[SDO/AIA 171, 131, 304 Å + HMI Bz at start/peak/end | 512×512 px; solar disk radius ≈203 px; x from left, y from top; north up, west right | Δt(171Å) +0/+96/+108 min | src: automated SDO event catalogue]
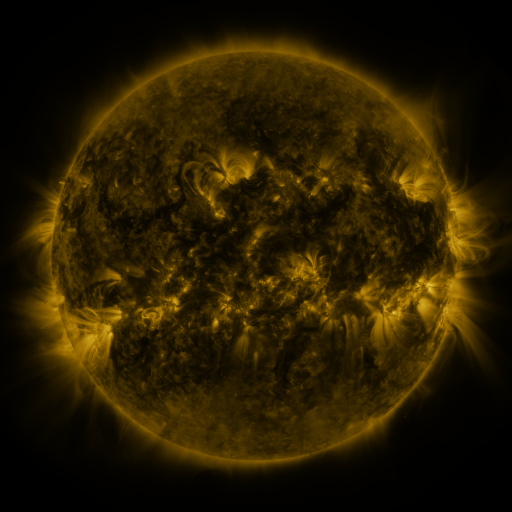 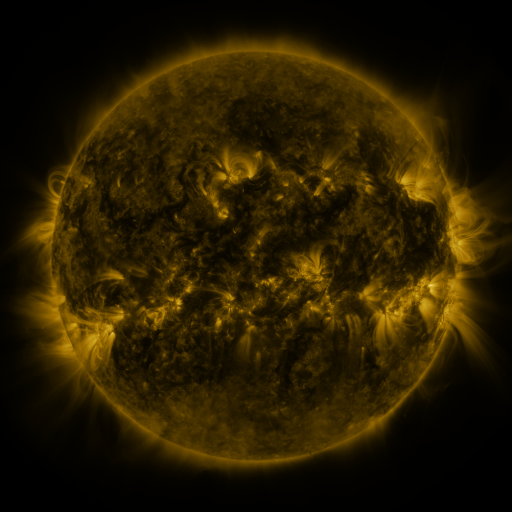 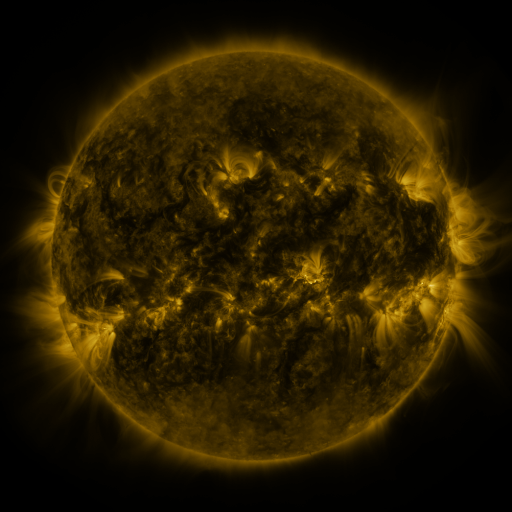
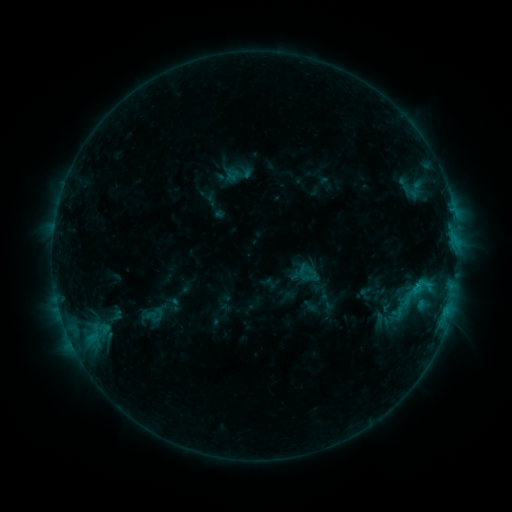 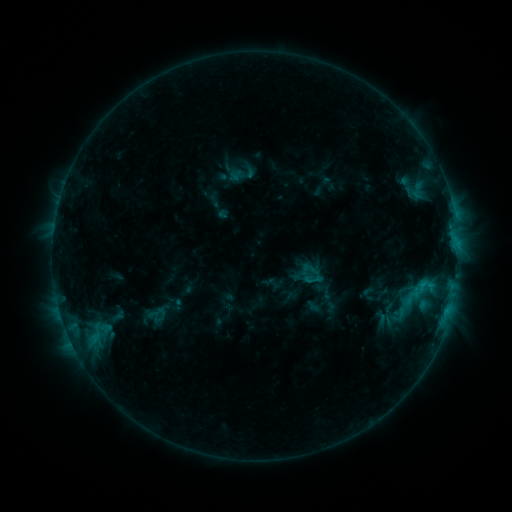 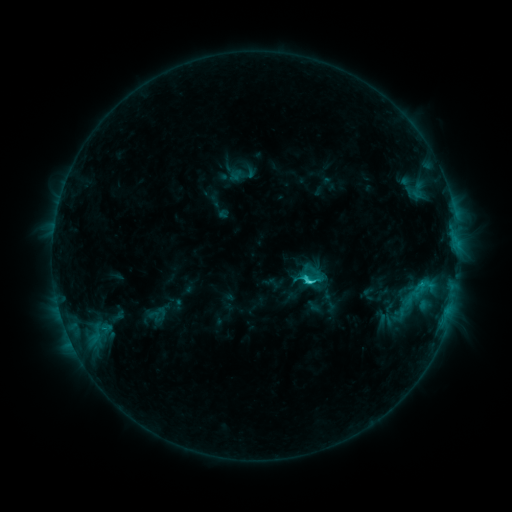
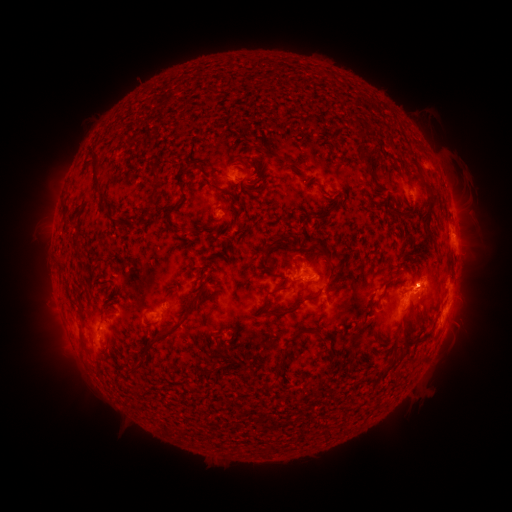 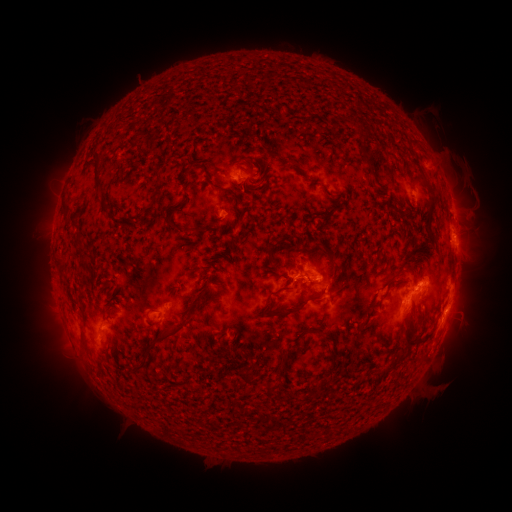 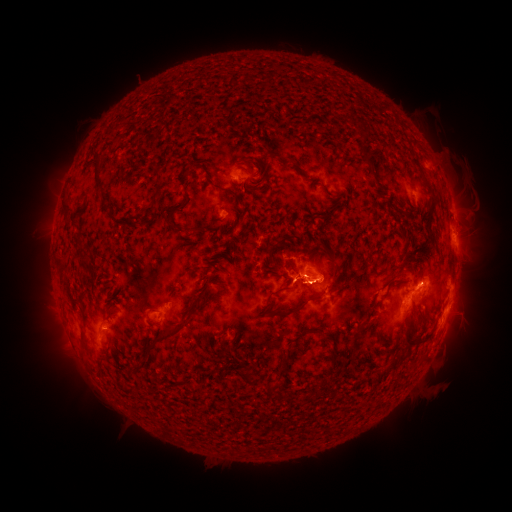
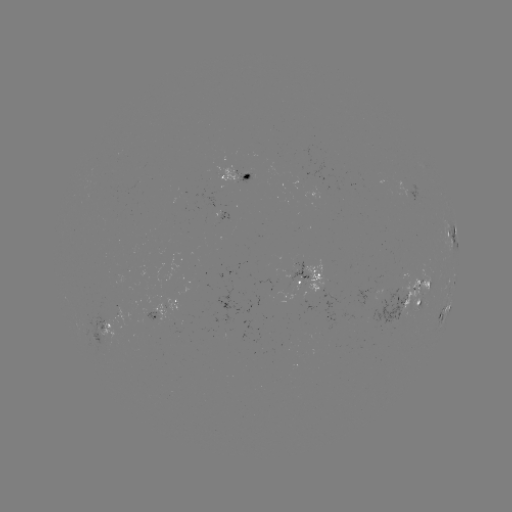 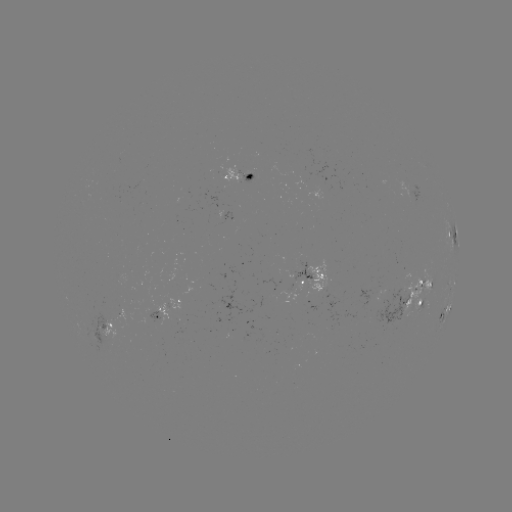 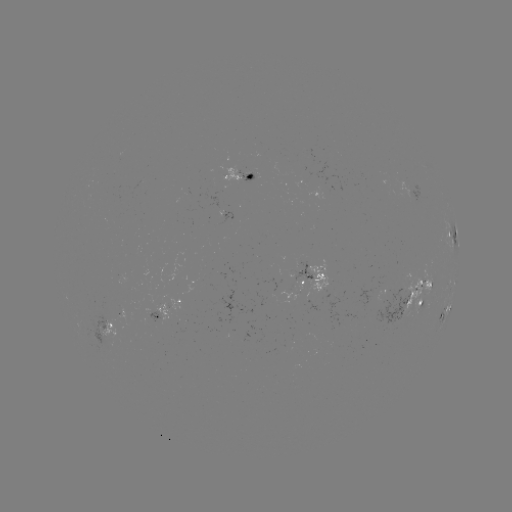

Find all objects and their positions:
emerging-flux region: (386, 304)
